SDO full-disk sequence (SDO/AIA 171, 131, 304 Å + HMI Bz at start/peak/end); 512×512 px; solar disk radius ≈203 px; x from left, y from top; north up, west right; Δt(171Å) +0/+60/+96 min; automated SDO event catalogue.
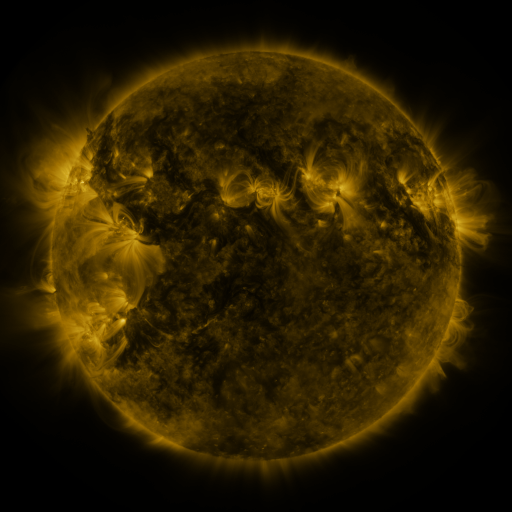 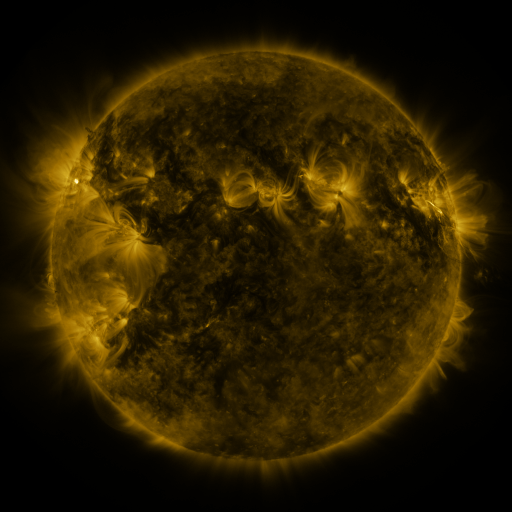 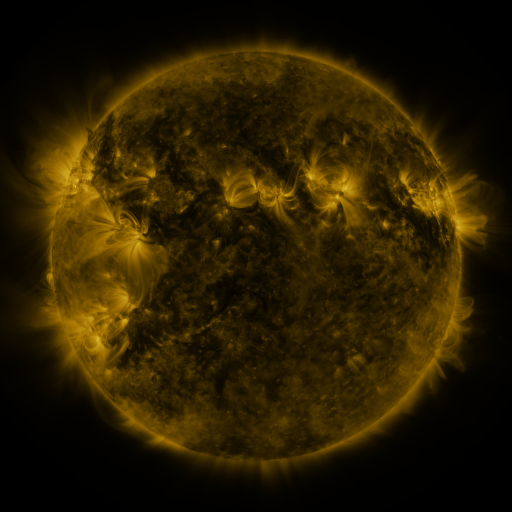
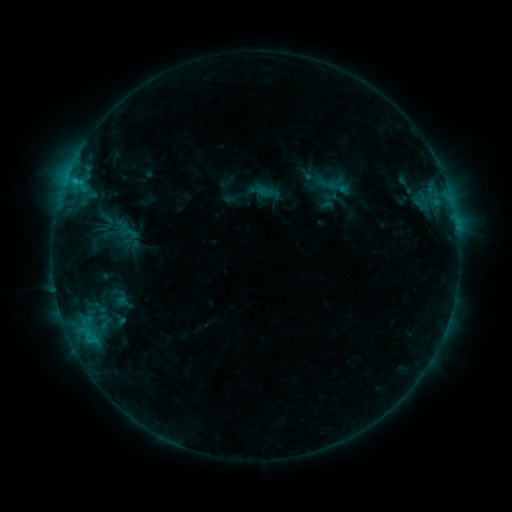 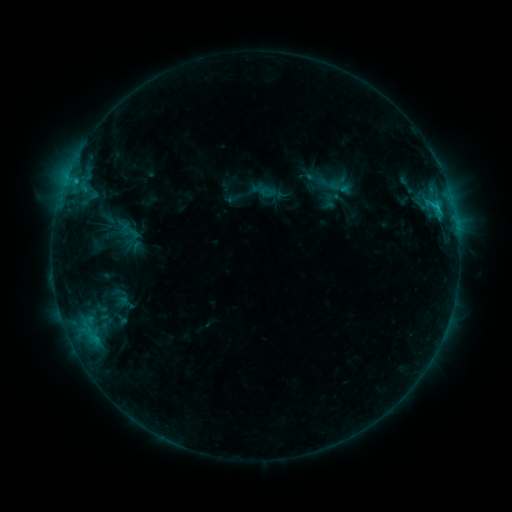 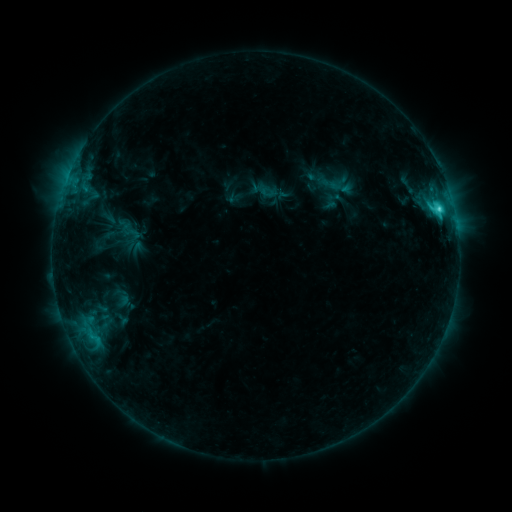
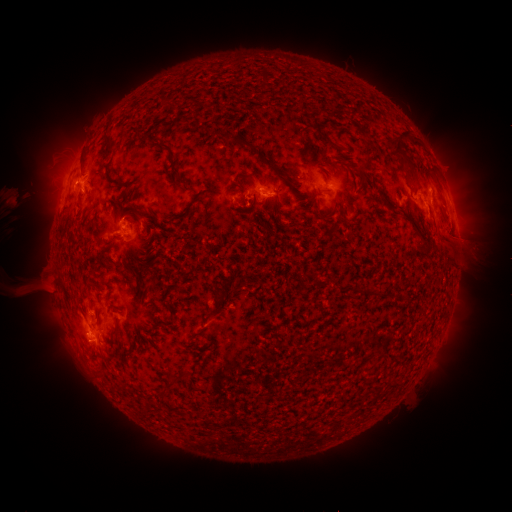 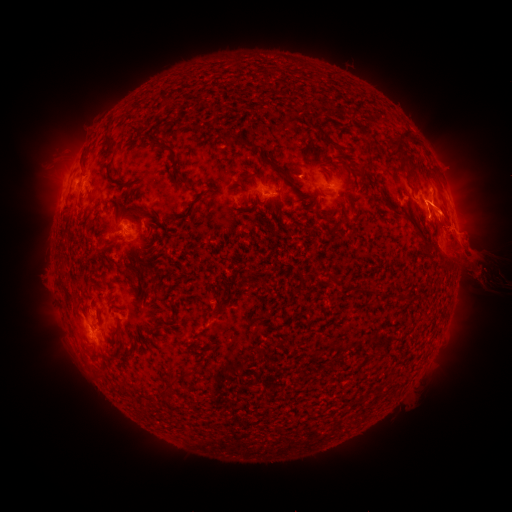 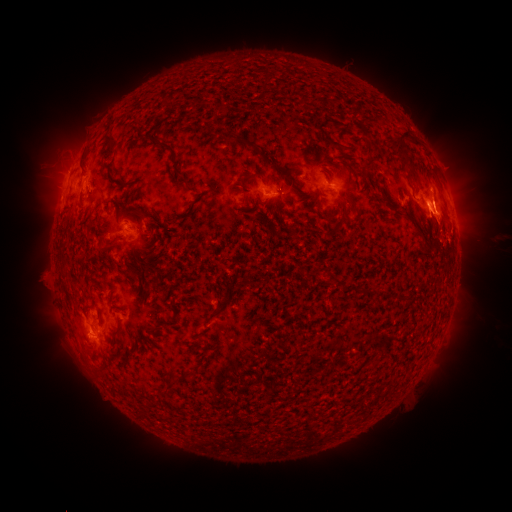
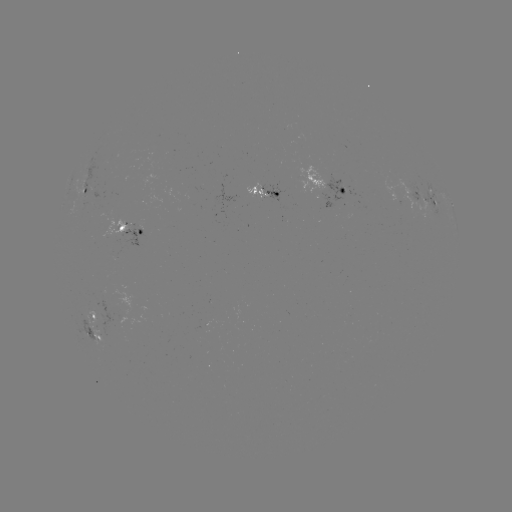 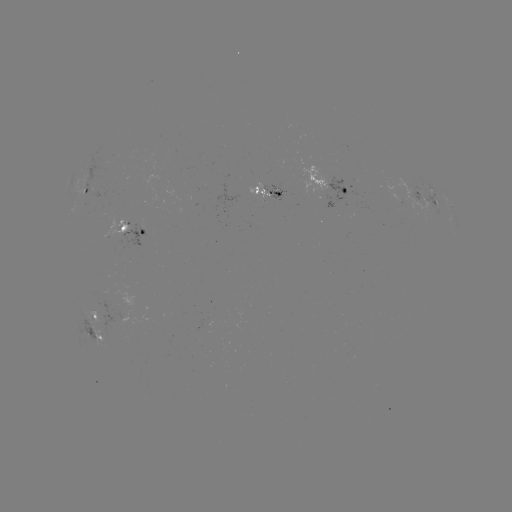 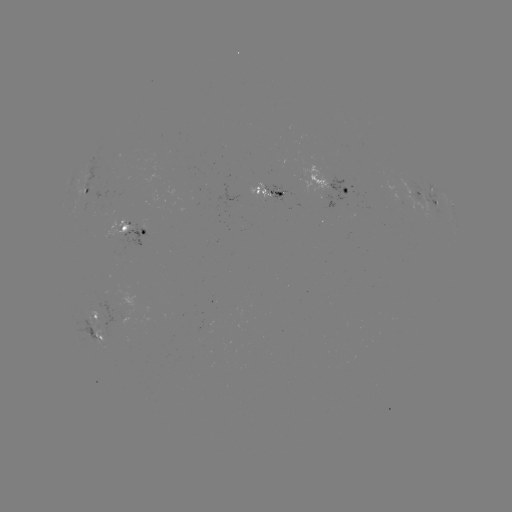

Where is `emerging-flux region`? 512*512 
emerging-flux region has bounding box [118, 223, 143, 254].